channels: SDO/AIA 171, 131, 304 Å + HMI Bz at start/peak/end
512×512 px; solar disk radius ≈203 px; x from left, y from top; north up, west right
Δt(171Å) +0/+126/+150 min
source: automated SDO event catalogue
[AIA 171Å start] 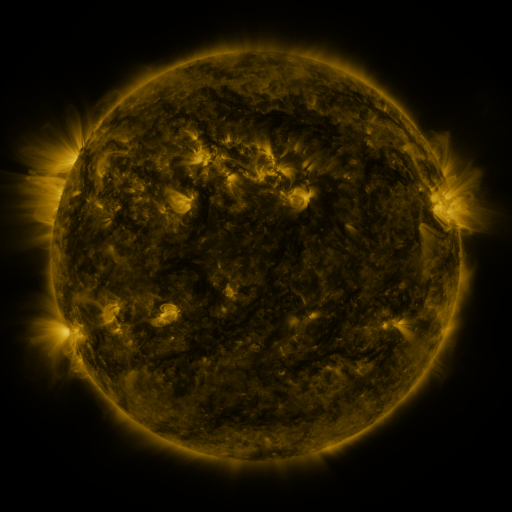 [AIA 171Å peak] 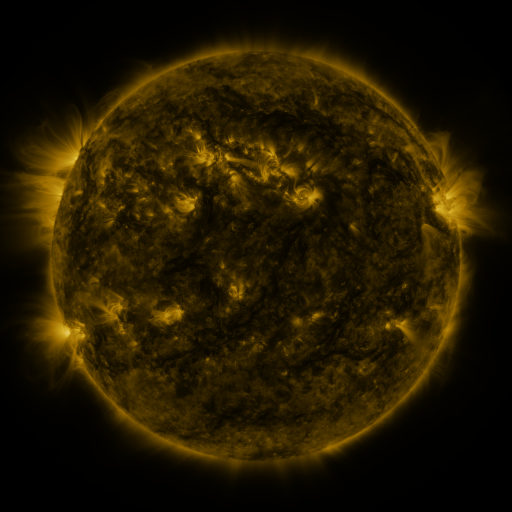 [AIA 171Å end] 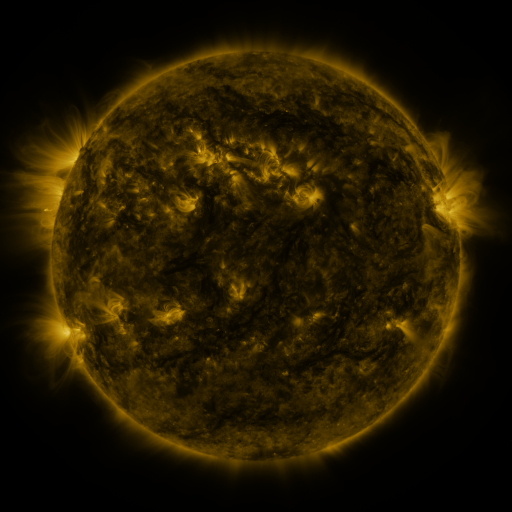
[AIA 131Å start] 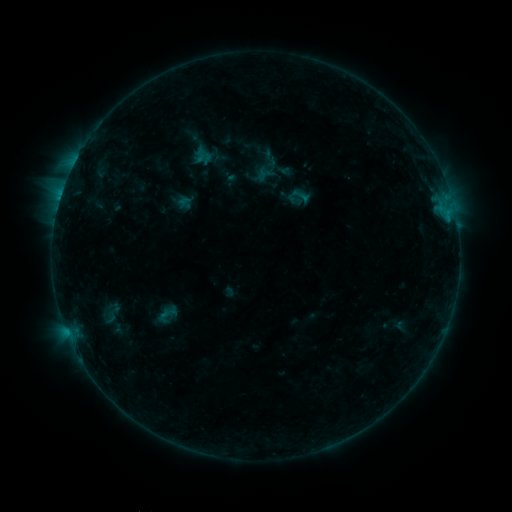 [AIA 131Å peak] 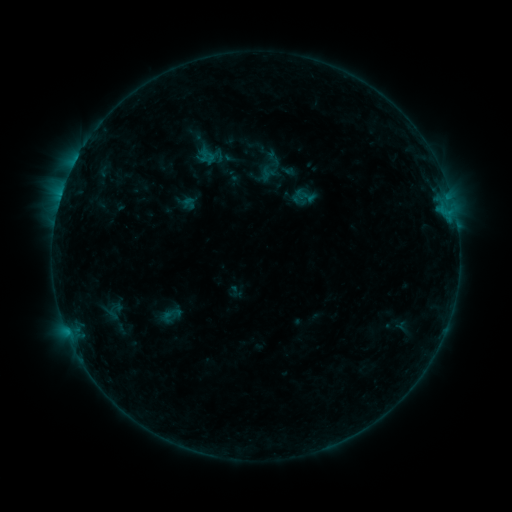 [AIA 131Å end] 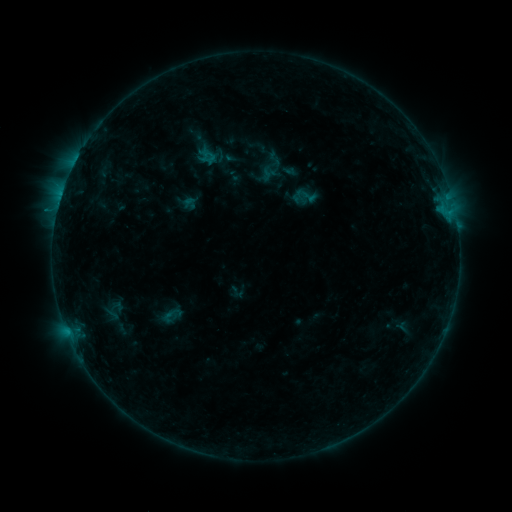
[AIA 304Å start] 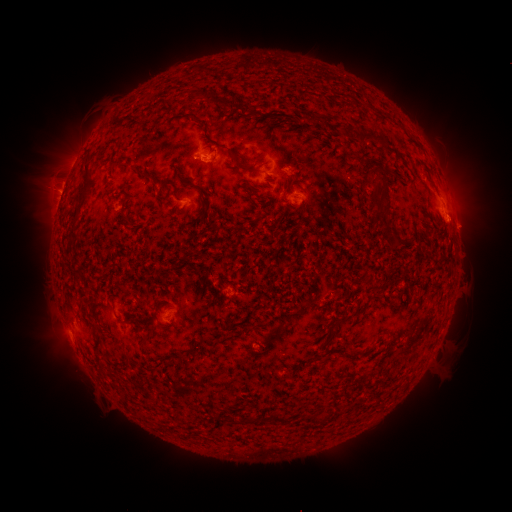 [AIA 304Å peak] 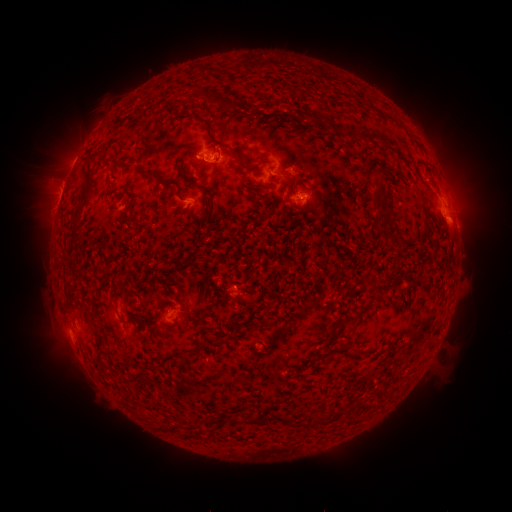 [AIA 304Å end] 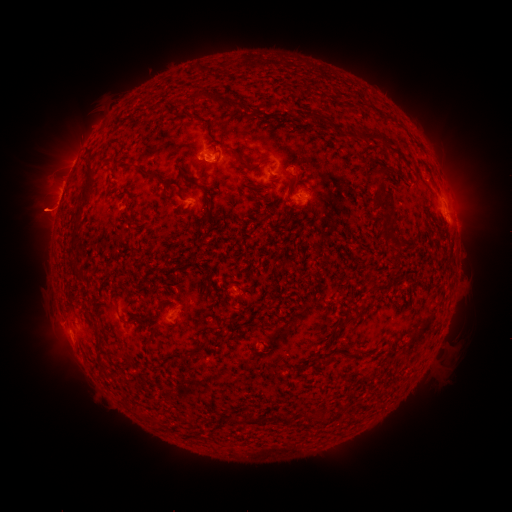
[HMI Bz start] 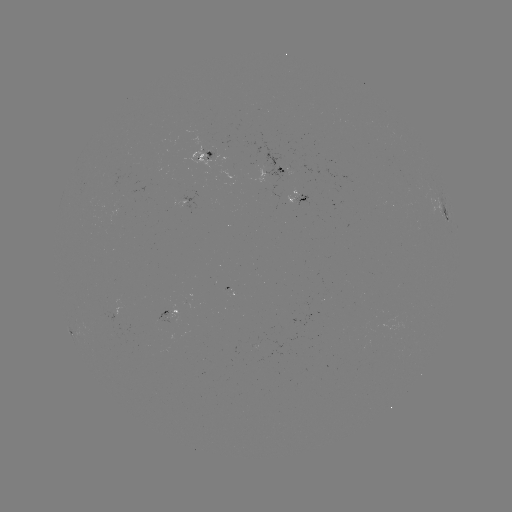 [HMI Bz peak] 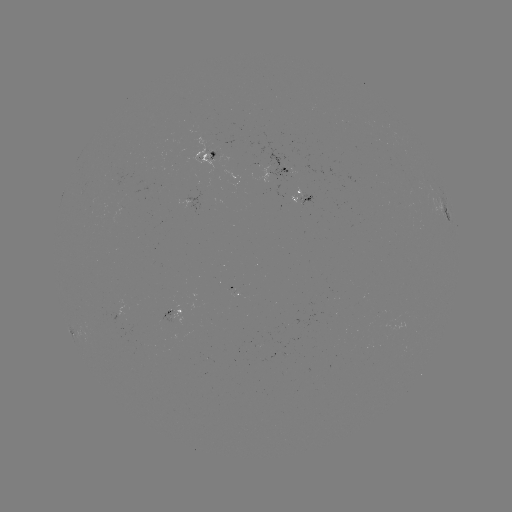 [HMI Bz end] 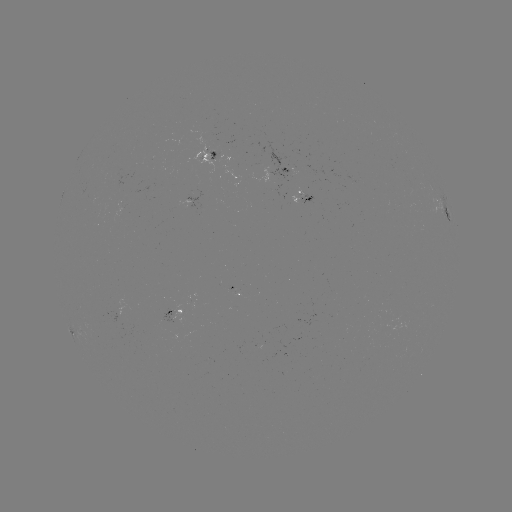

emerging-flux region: <bbox>208, 148, 217, 160</bbox>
